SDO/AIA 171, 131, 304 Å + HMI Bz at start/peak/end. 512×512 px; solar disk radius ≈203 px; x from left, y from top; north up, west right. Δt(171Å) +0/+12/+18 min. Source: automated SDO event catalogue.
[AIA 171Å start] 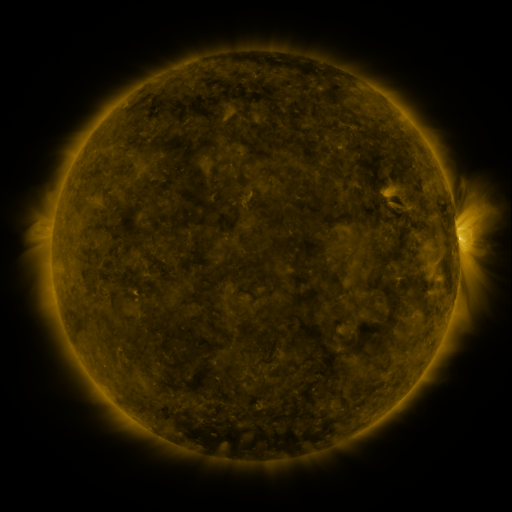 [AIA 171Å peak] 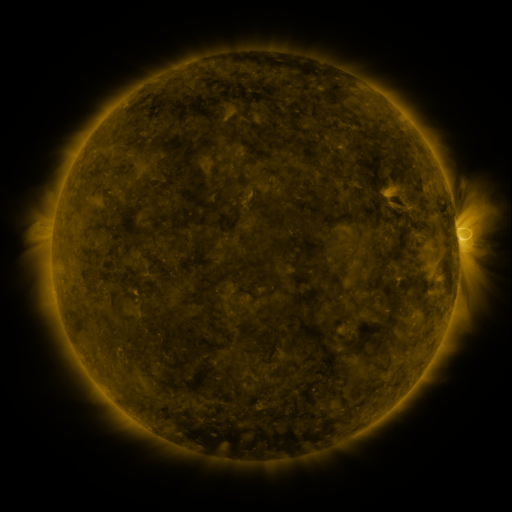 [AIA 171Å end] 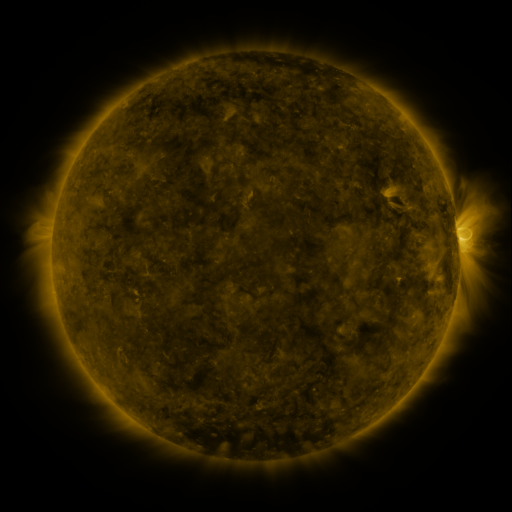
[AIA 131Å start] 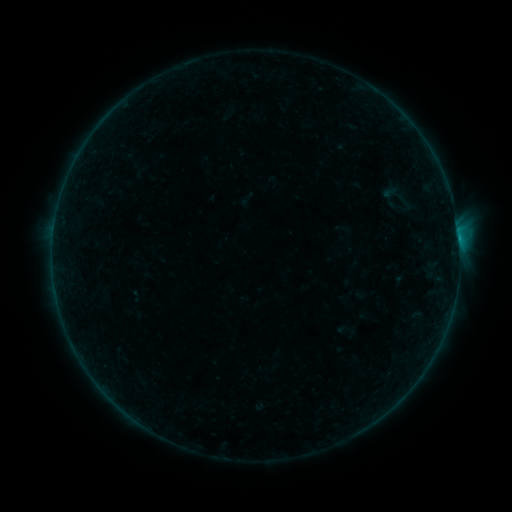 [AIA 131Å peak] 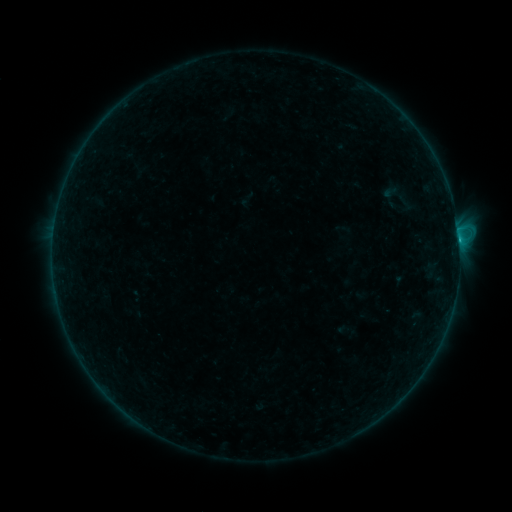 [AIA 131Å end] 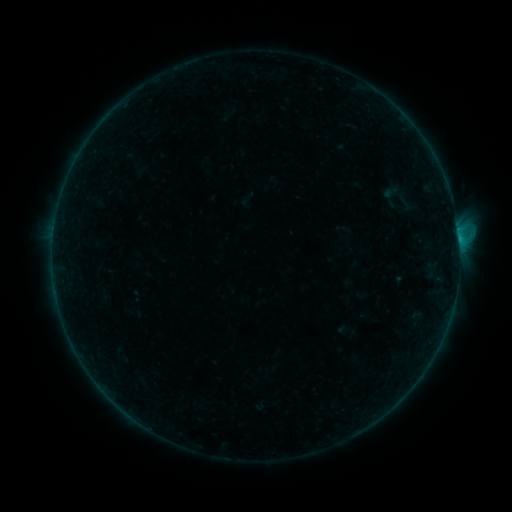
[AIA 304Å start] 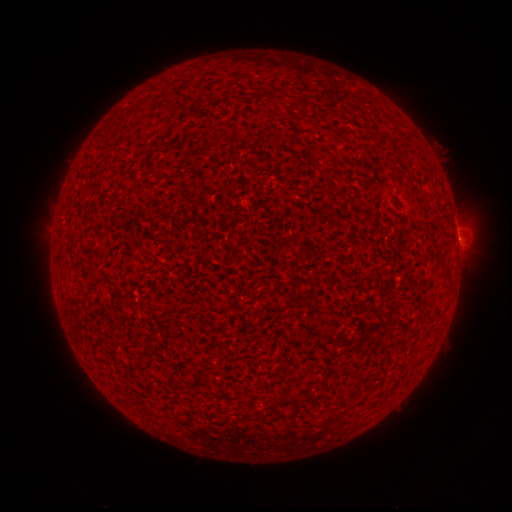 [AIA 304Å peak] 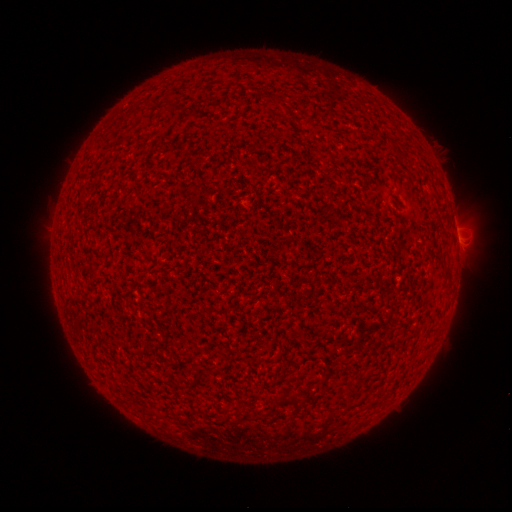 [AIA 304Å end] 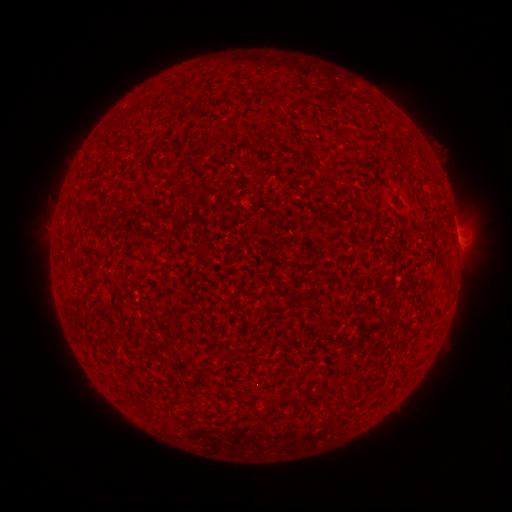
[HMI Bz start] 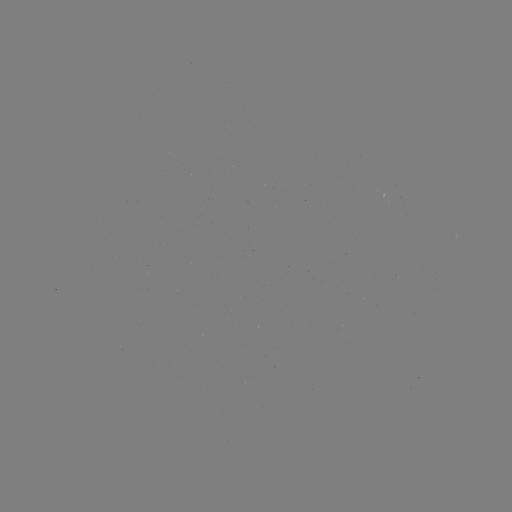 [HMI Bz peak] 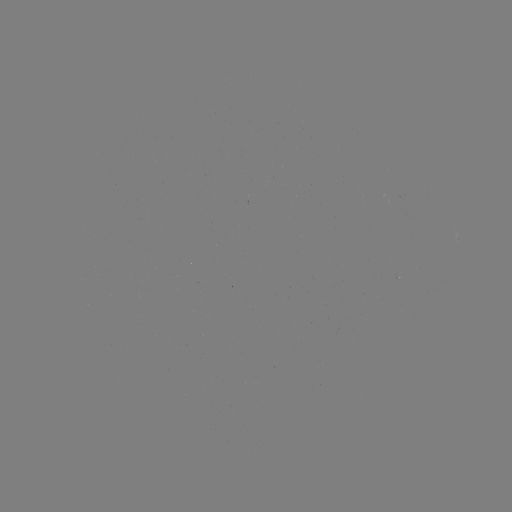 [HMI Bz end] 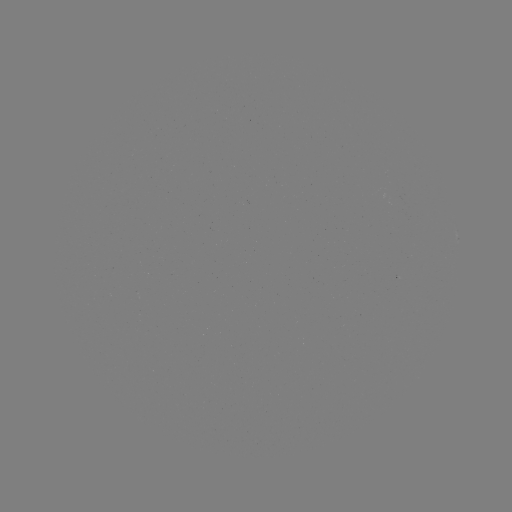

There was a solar flare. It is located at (458, 241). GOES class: B3.4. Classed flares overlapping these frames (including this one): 2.